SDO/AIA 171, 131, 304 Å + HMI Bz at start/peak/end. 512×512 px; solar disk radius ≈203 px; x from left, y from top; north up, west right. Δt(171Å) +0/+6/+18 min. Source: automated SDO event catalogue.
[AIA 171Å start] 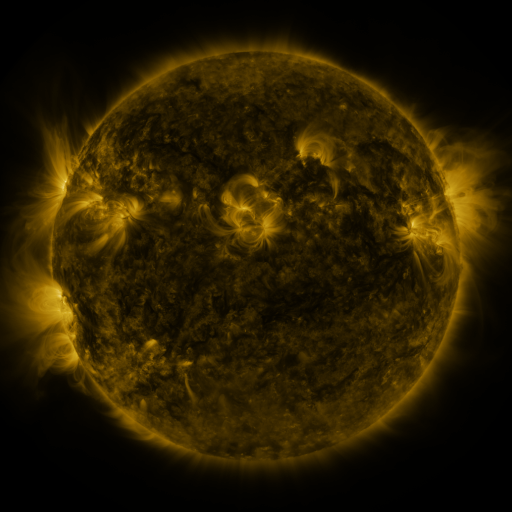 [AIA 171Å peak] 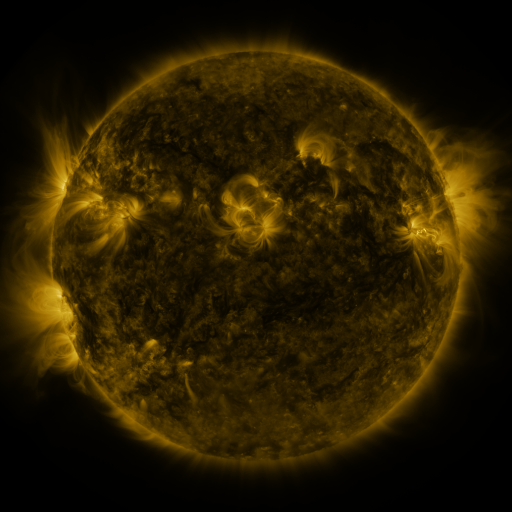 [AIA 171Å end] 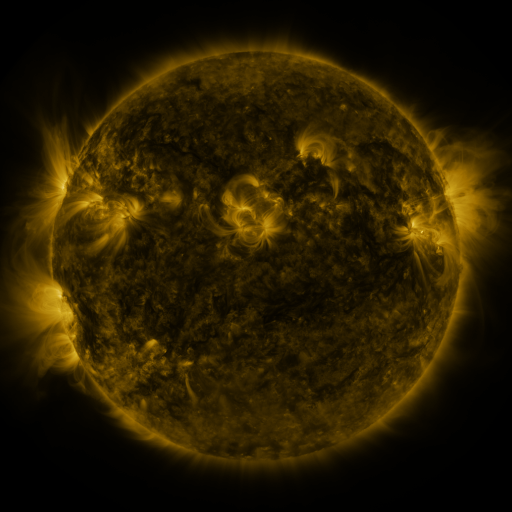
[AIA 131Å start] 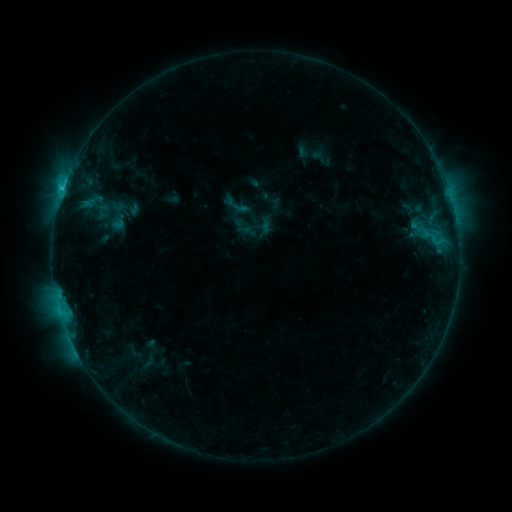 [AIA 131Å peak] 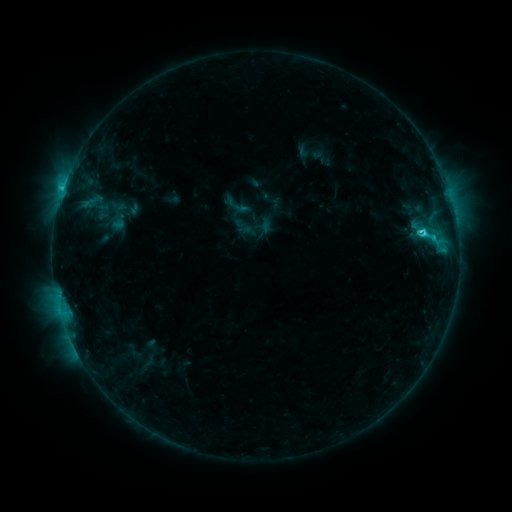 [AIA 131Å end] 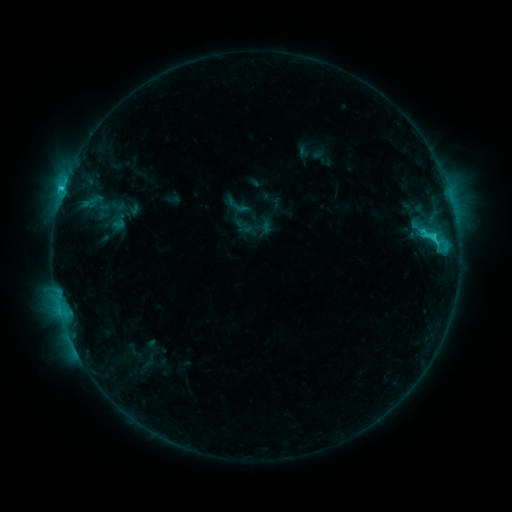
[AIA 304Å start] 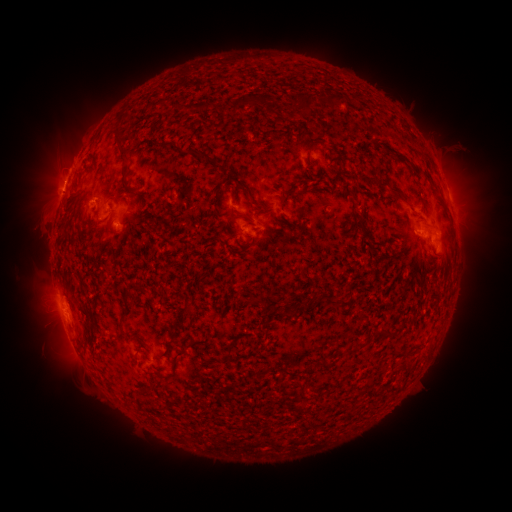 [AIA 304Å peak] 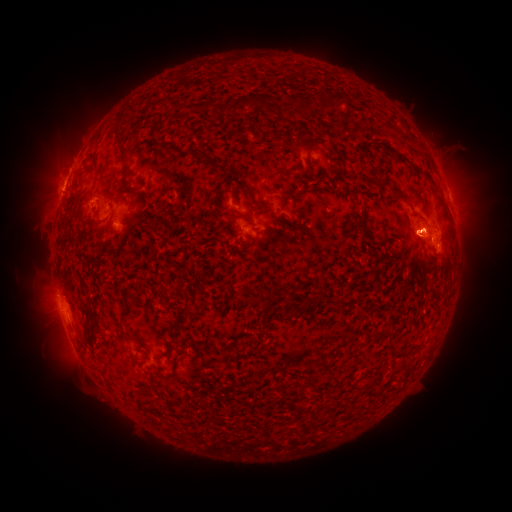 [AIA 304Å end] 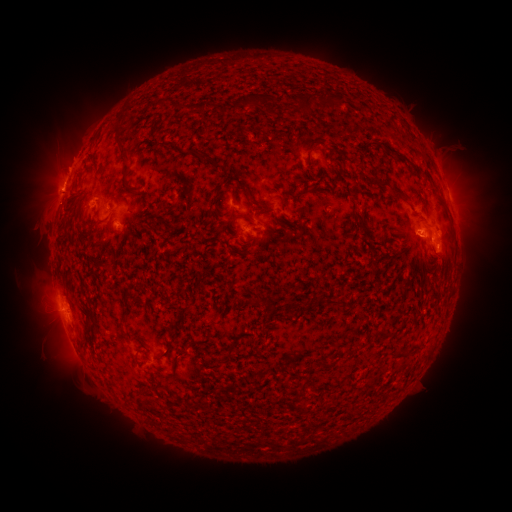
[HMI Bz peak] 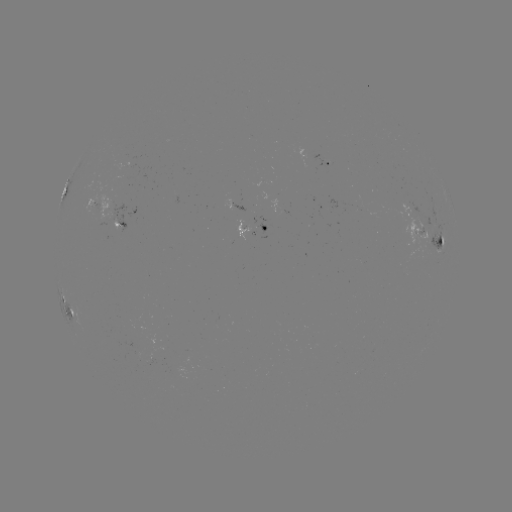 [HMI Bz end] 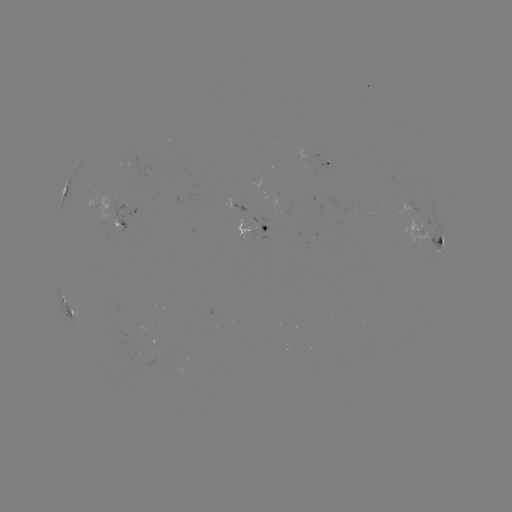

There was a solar flare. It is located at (422, 232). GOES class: C4.1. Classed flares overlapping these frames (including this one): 1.